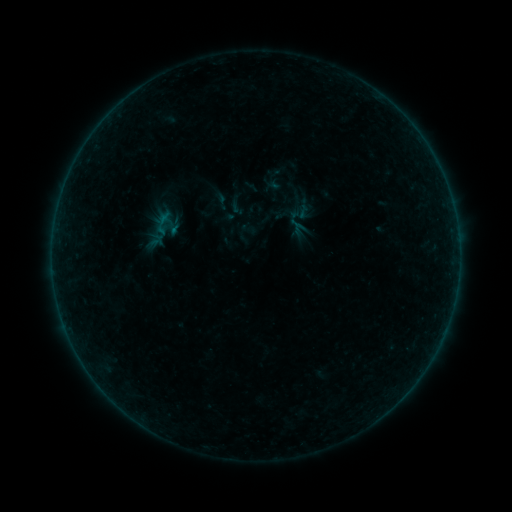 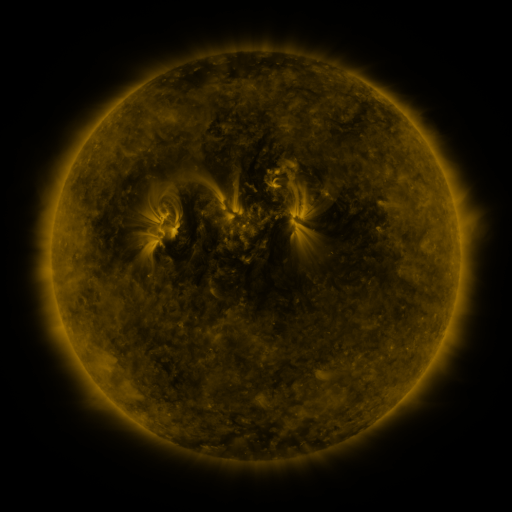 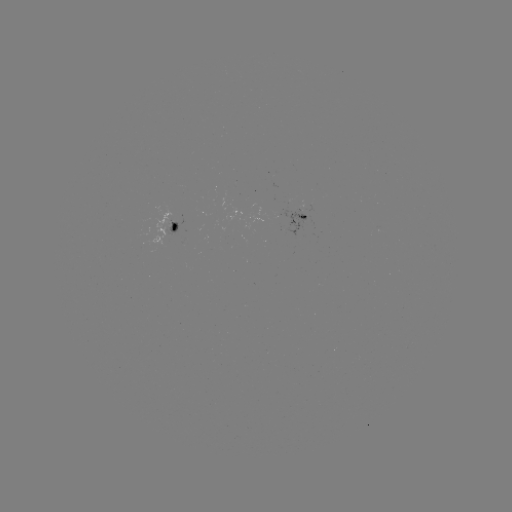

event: sigmoid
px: (294, 210)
